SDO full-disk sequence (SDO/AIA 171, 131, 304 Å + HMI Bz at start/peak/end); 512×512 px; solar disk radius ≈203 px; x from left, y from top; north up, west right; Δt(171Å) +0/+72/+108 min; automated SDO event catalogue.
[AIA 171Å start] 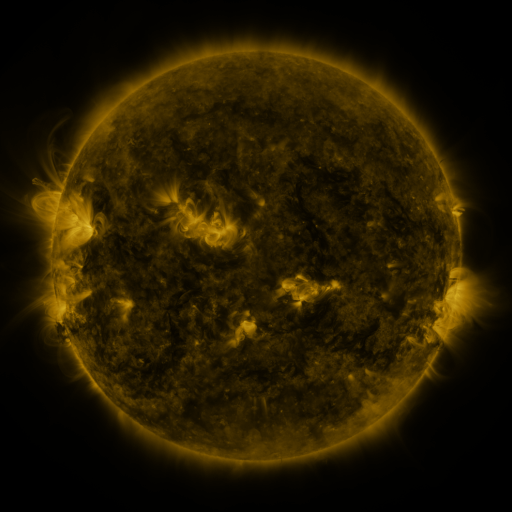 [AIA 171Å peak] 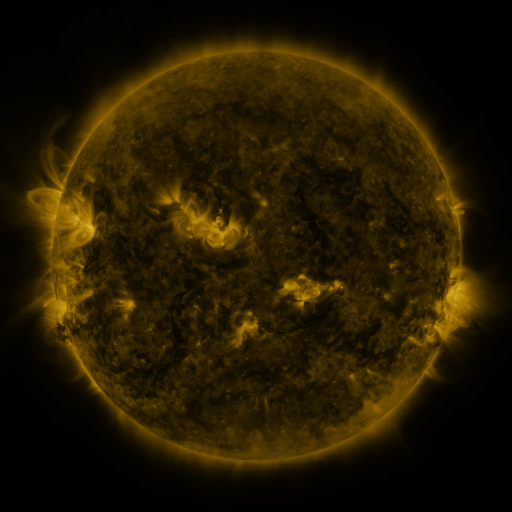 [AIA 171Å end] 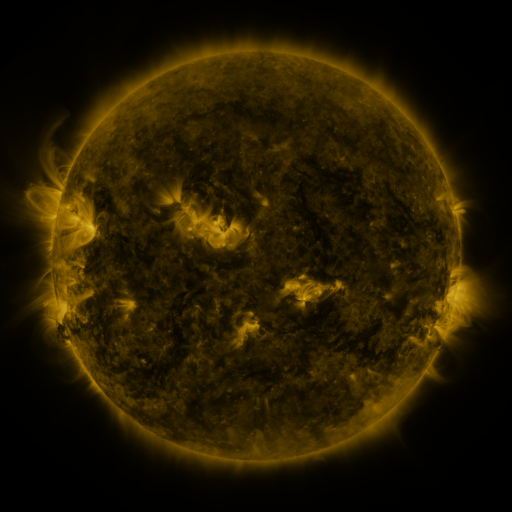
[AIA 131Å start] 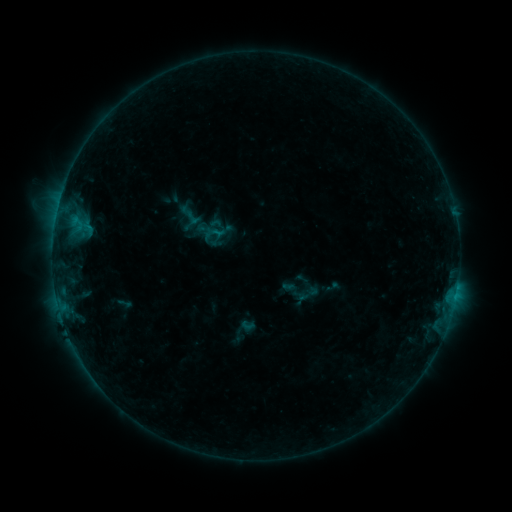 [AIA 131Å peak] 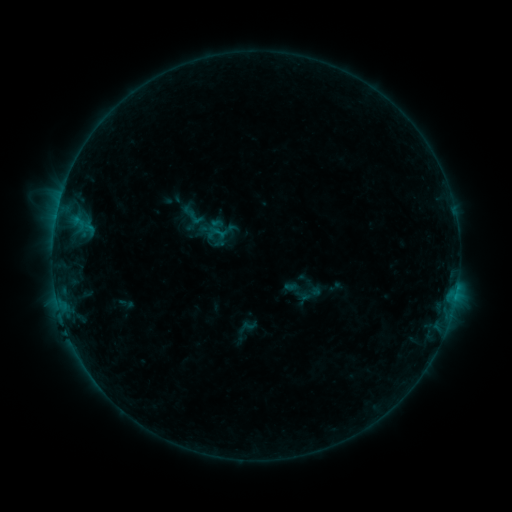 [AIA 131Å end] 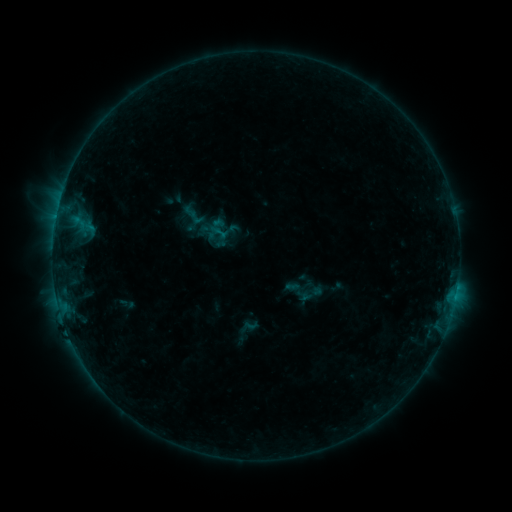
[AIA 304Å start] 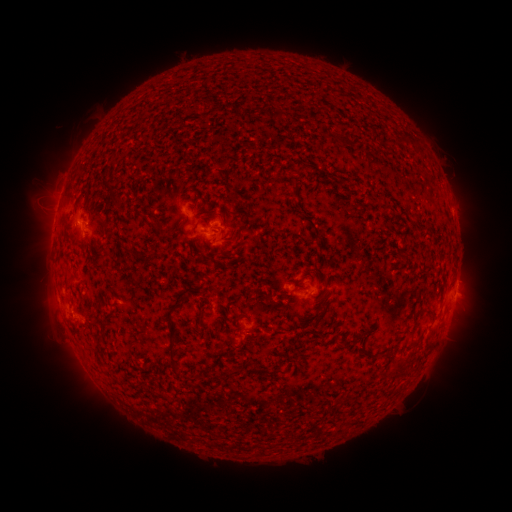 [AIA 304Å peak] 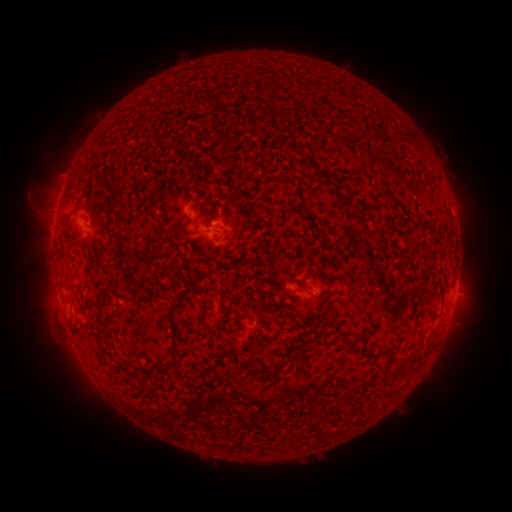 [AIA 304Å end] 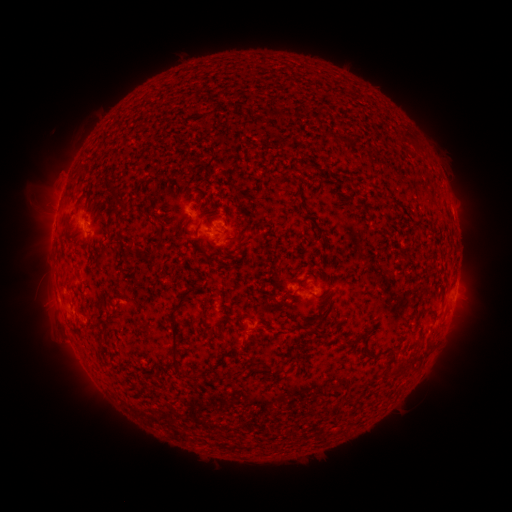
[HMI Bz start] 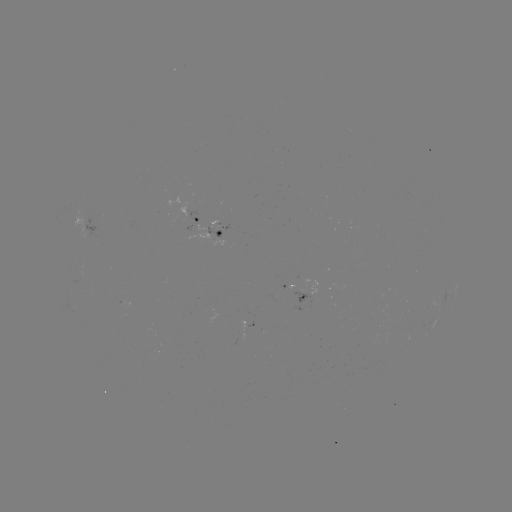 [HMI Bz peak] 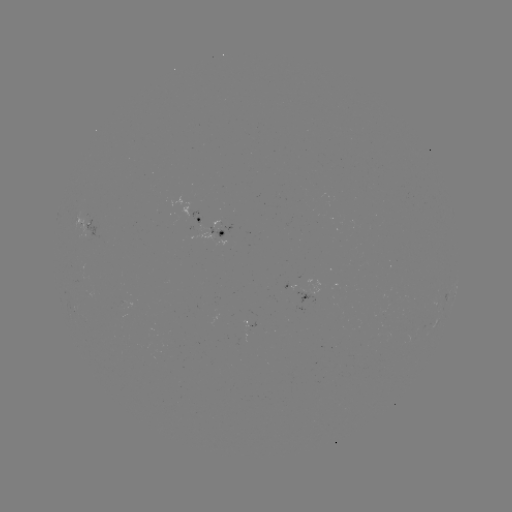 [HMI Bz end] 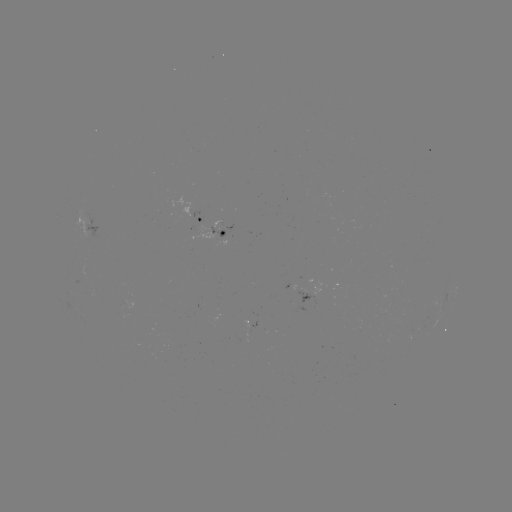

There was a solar emerging-flux region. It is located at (224, 226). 